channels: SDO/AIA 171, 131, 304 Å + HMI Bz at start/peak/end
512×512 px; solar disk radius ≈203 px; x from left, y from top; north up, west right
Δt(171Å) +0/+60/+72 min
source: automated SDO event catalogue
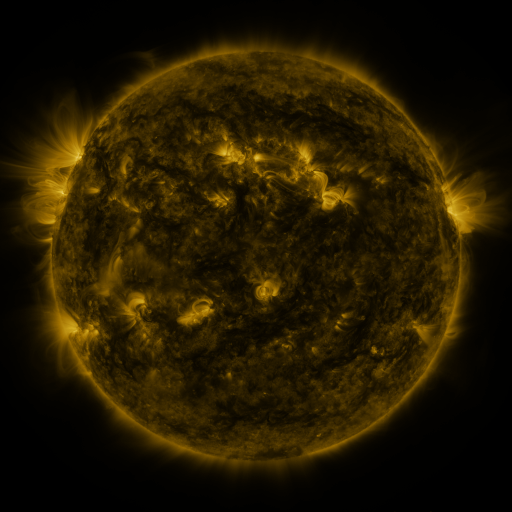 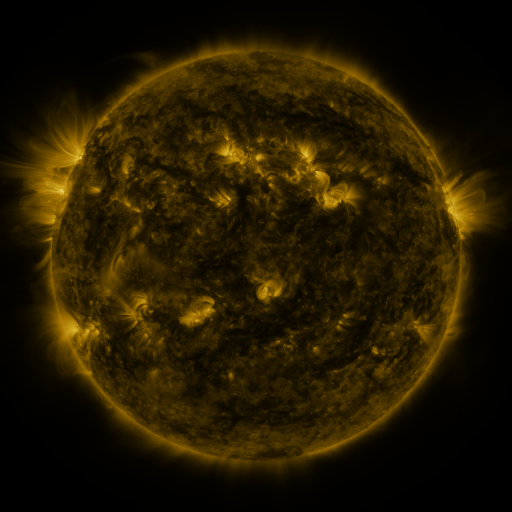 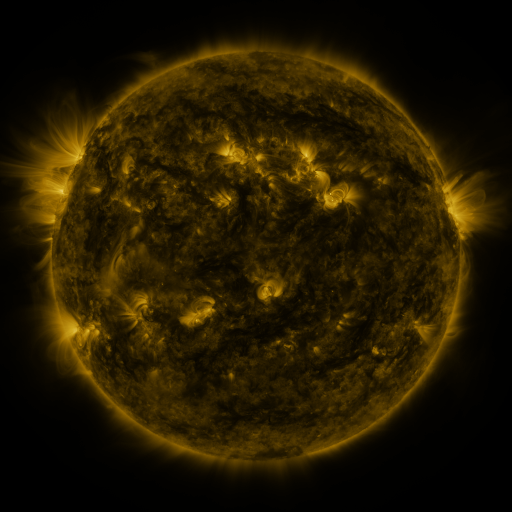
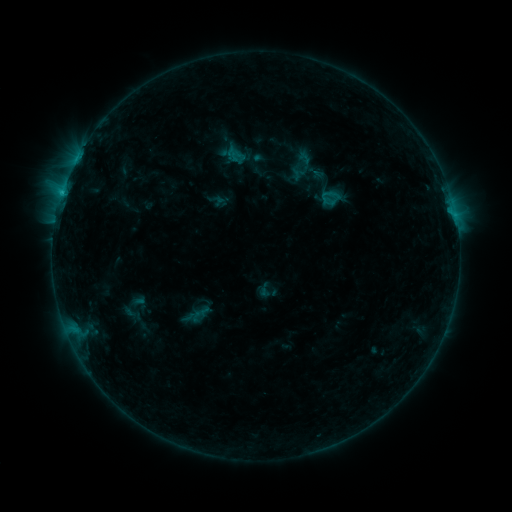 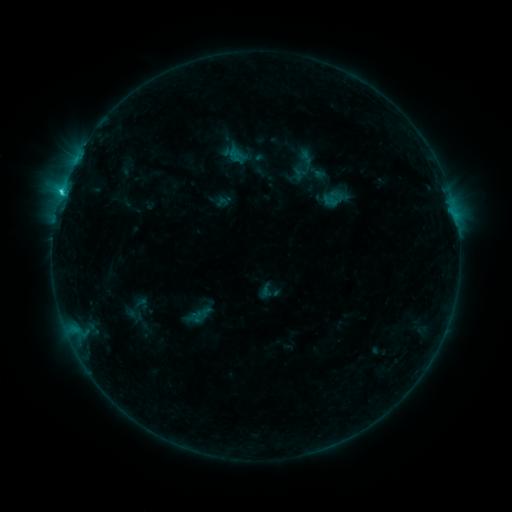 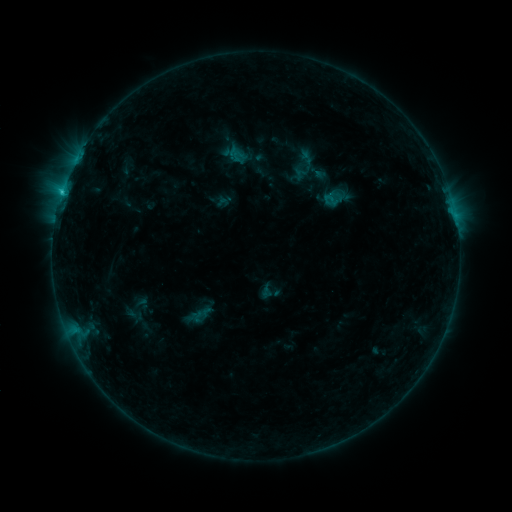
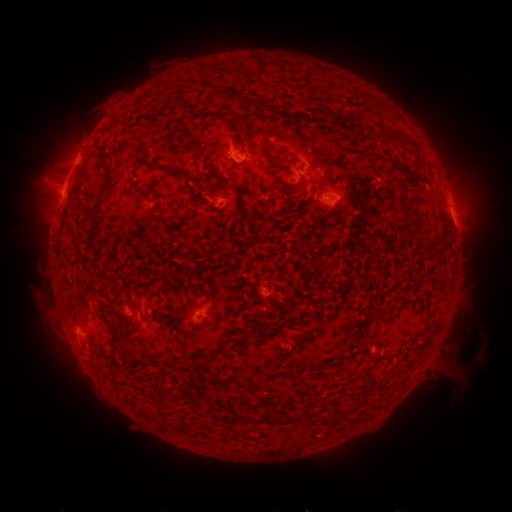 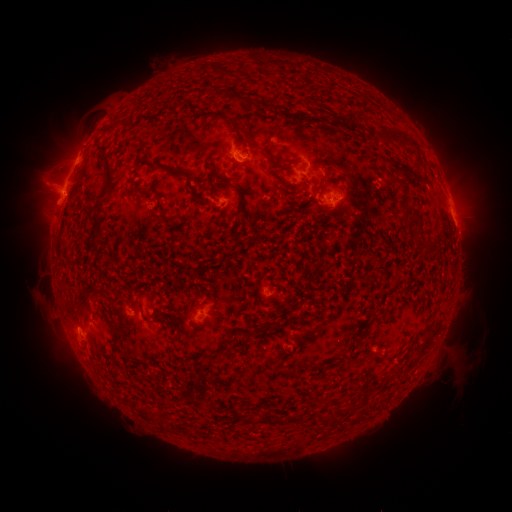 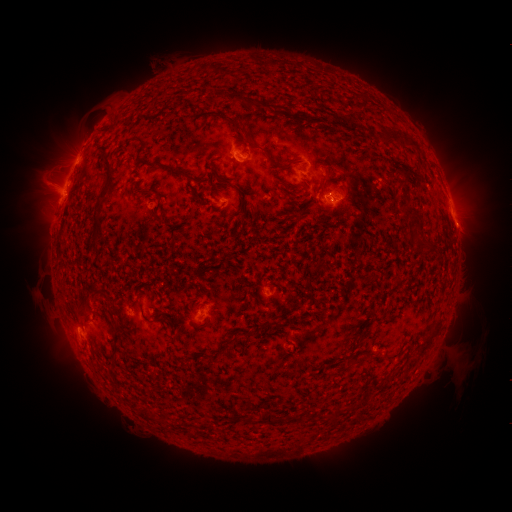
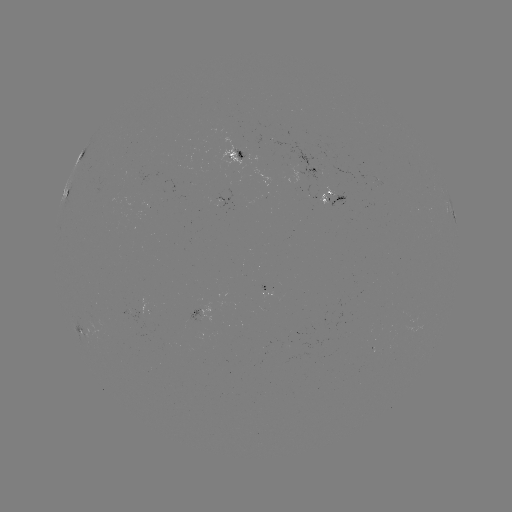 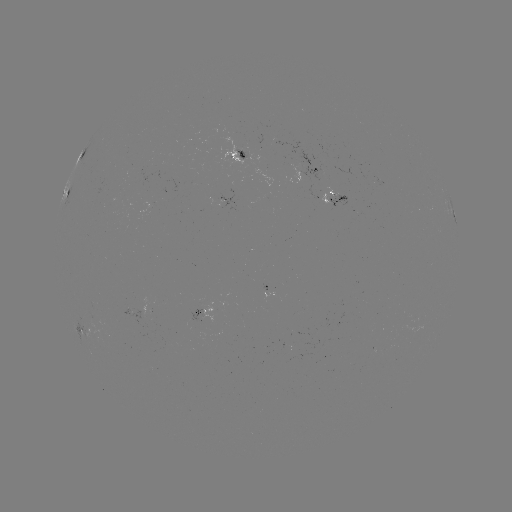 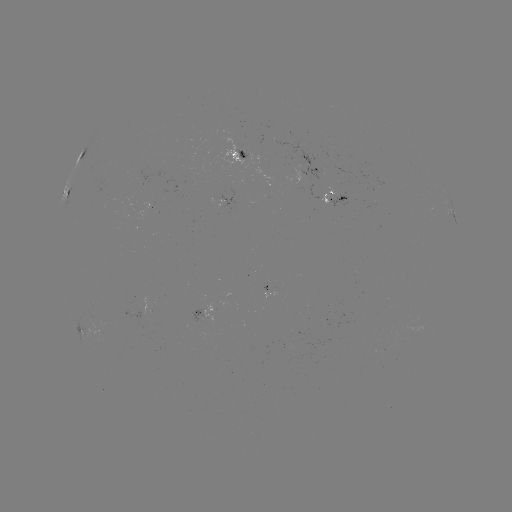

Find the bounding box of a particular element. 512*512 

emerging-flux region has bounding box [186, 311, 204, 324].